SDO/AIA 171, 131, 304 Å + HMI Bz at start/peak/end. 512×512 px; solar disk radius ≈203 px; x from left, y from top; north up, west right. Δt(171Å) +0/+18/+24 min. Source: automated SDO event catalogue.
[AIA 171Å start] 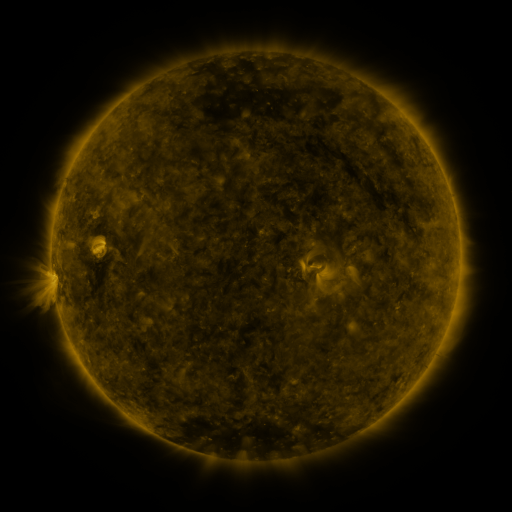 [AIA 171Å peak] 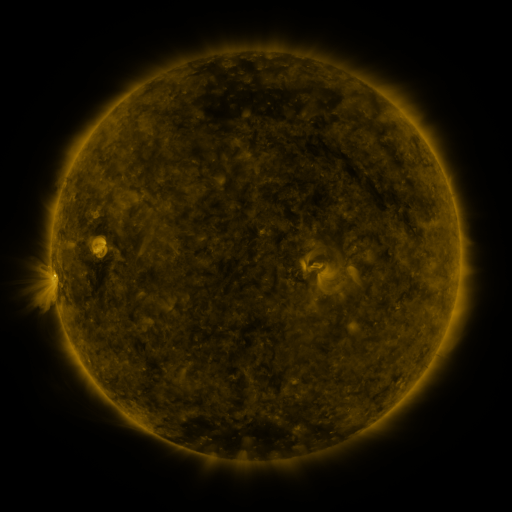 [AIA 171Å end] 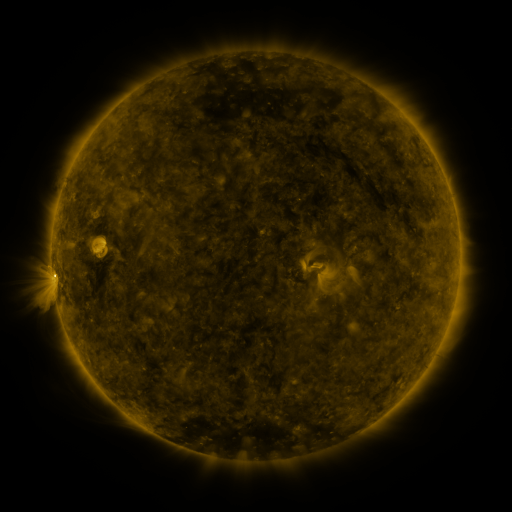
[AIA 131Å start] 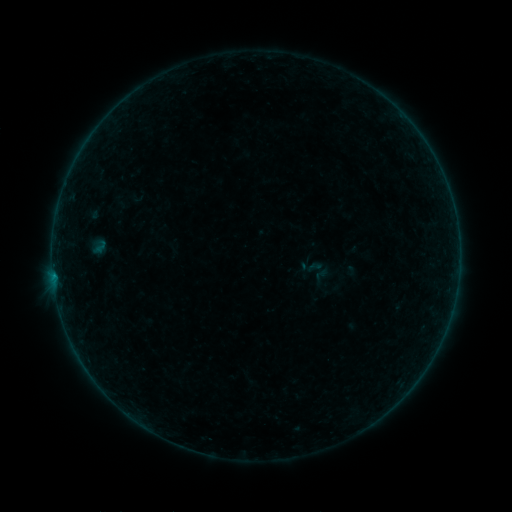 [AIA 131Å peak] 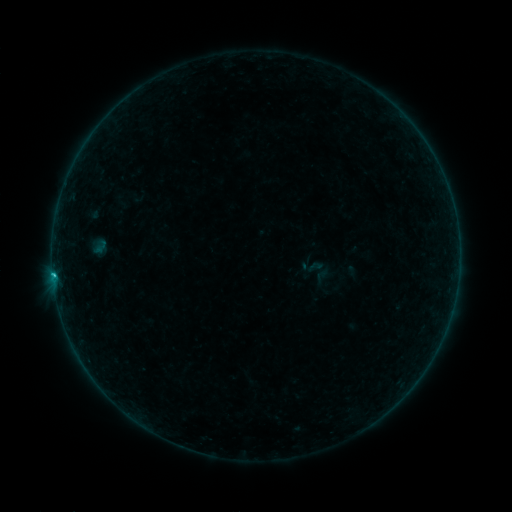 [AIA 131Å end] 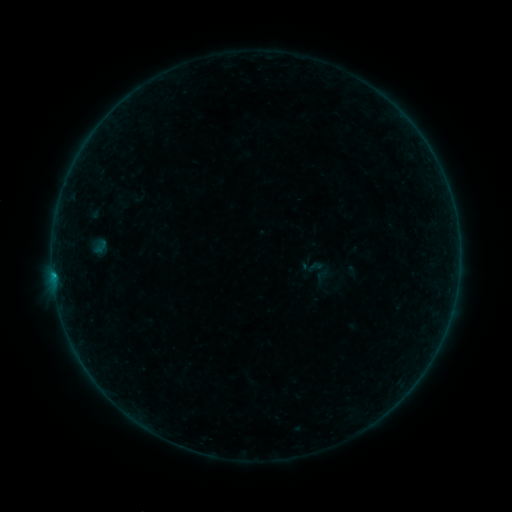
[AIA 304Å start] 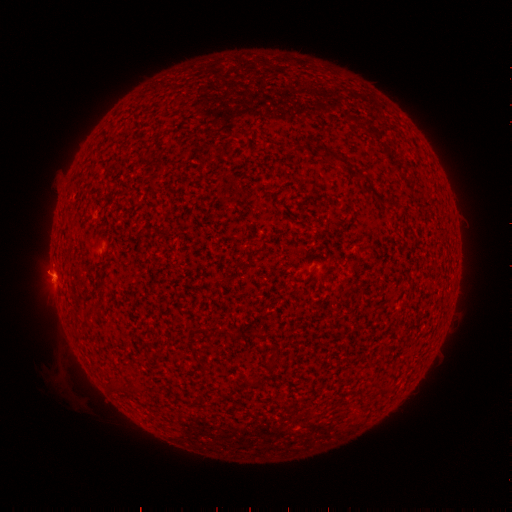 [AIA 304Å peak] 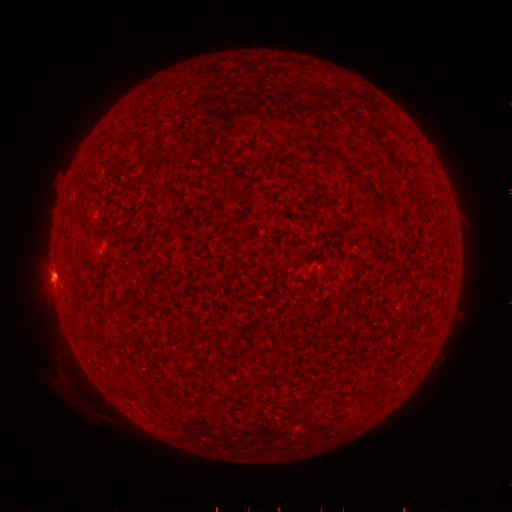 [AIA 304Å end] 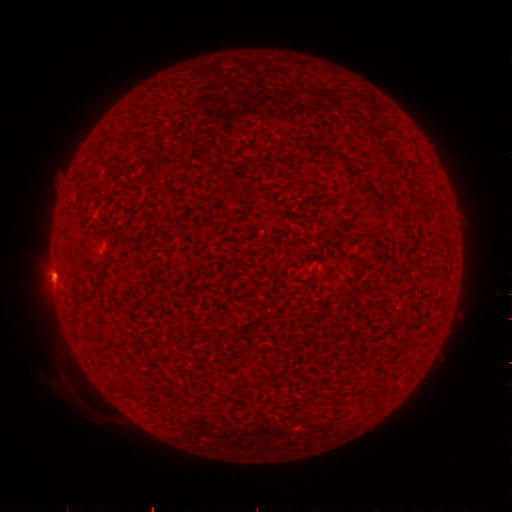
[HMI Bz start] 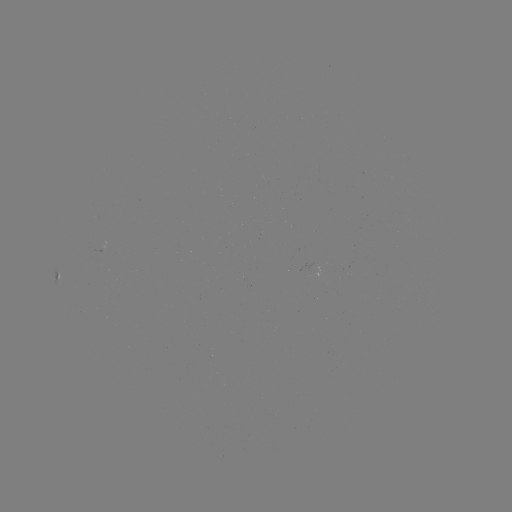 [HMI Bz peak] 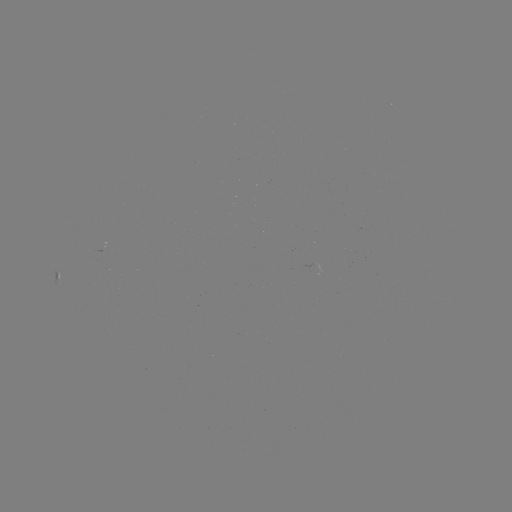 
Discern B6.4 flare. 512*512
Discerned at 53,273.